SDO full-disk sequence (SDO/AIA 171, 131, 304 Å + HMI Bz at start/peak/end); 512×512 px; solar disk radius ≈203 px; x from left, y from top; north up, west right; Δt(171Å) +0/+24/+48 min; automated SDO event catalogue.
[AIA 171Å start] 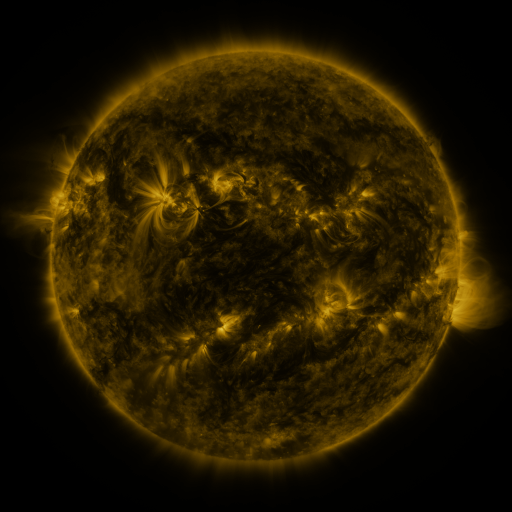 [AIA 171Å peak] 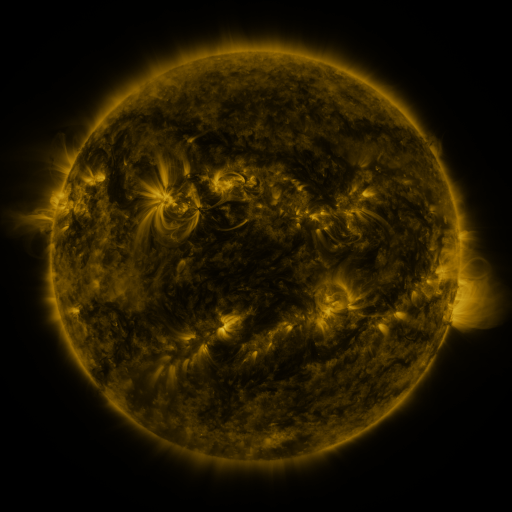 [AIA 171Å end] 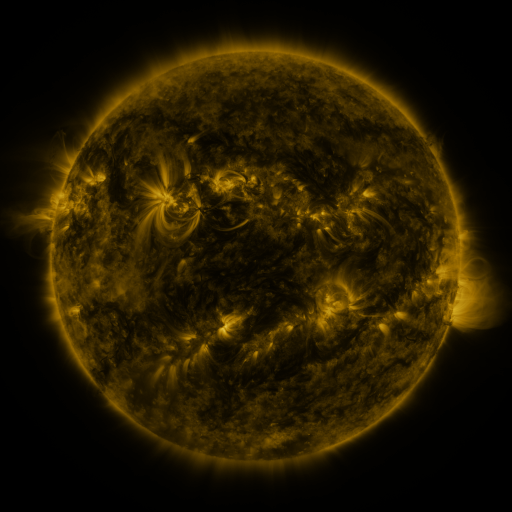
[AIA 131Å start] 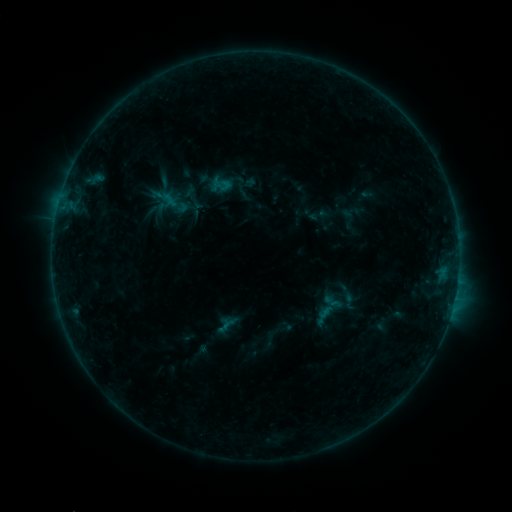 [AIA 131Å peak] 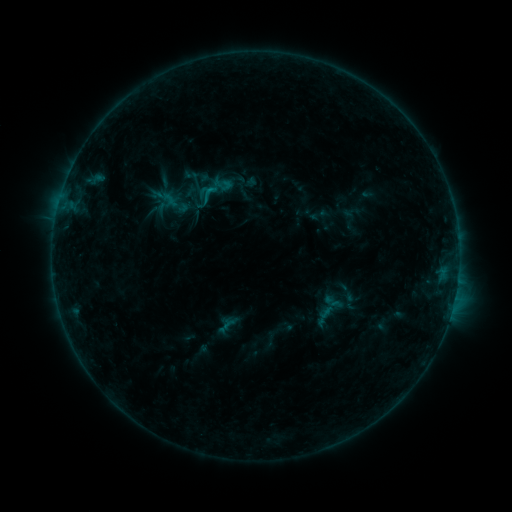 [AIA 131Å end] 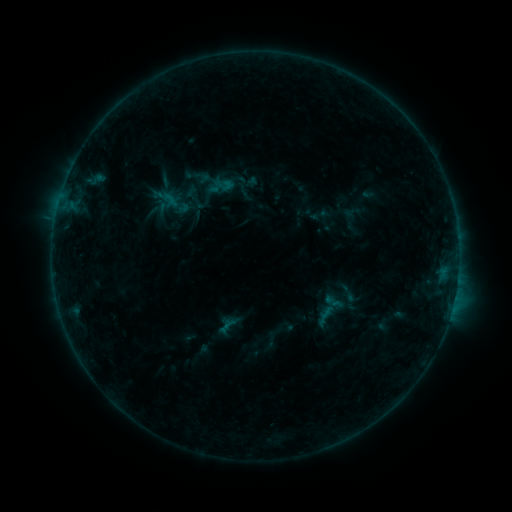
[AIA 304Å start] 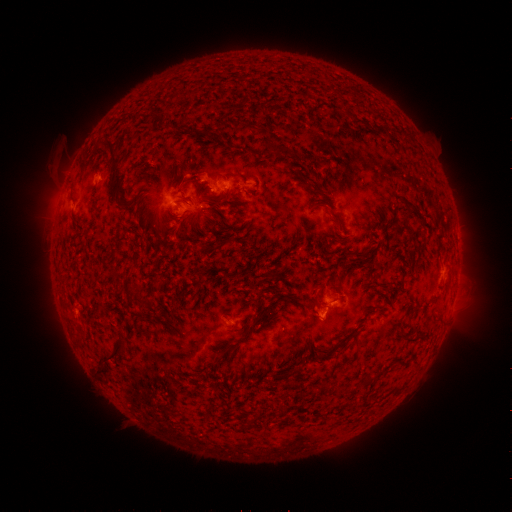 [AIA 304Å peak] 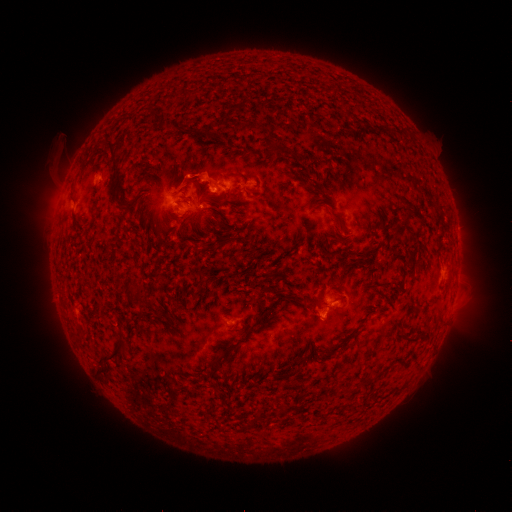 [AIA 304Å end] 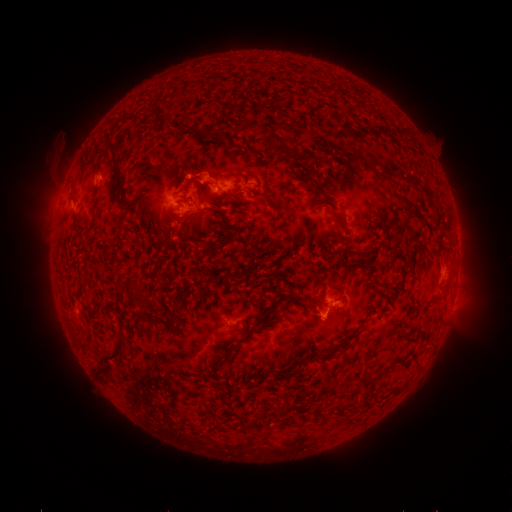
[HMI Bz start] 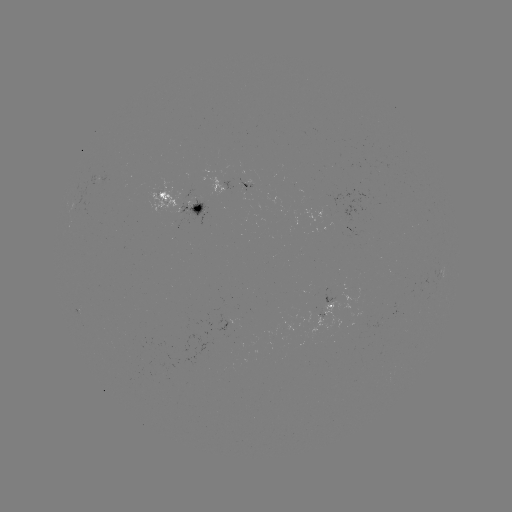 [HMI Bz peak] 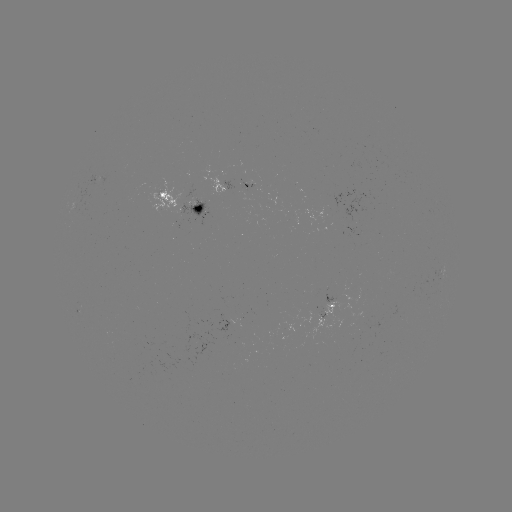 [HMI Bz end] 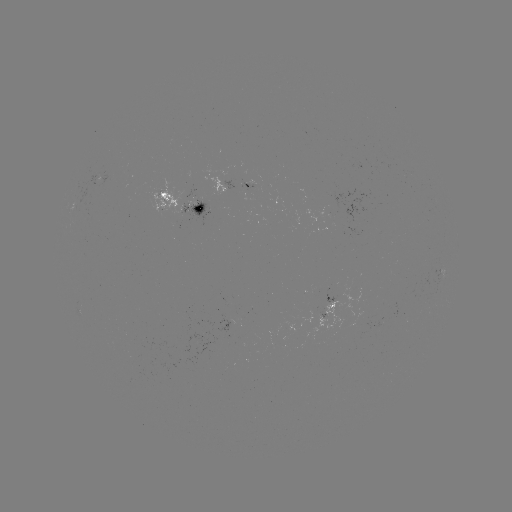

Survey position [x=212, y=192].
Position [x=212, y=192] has B7.5 flare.